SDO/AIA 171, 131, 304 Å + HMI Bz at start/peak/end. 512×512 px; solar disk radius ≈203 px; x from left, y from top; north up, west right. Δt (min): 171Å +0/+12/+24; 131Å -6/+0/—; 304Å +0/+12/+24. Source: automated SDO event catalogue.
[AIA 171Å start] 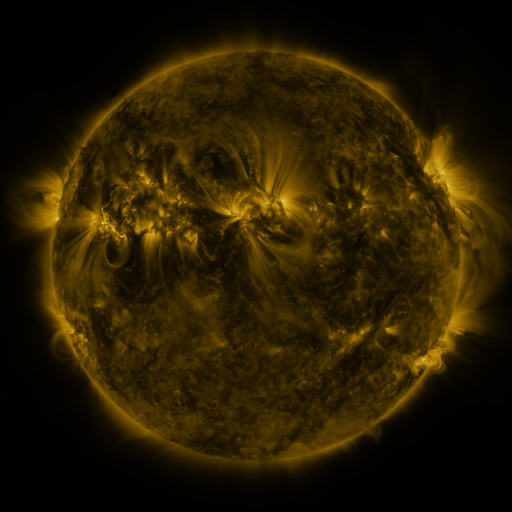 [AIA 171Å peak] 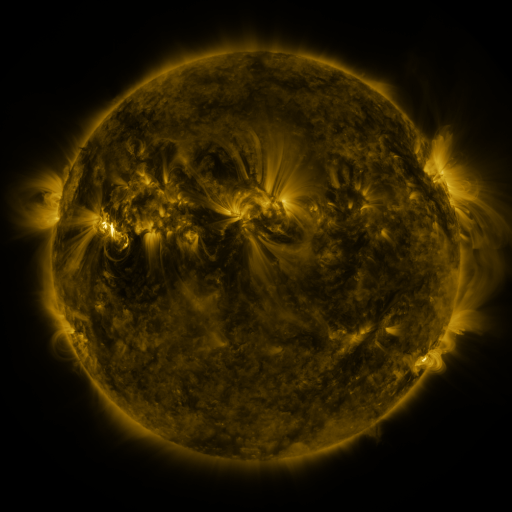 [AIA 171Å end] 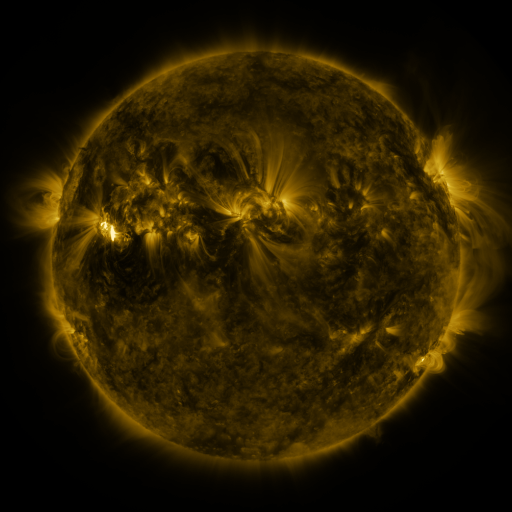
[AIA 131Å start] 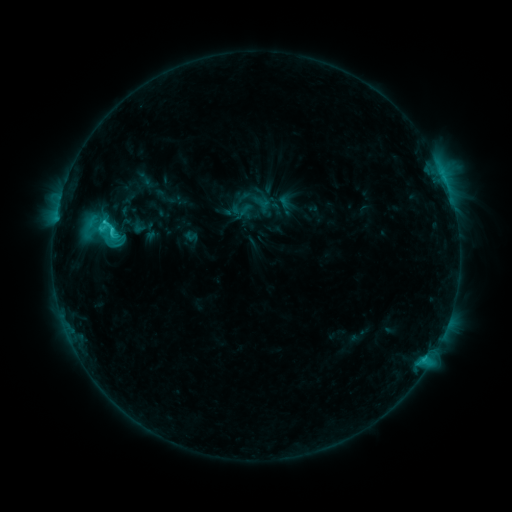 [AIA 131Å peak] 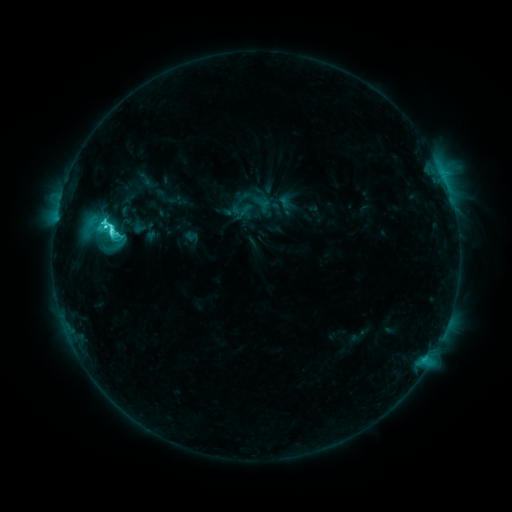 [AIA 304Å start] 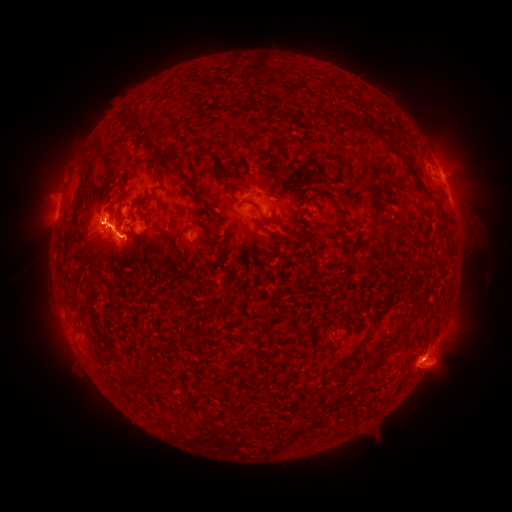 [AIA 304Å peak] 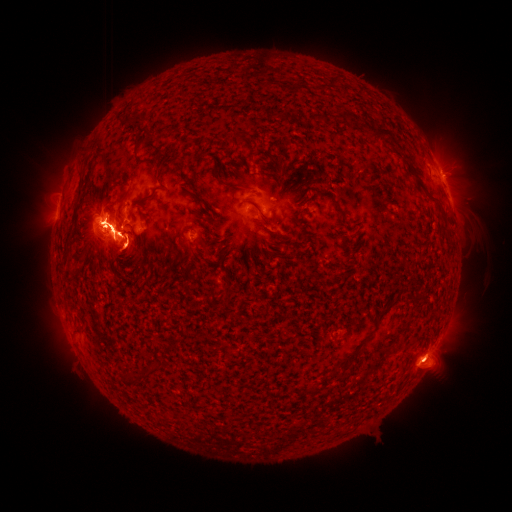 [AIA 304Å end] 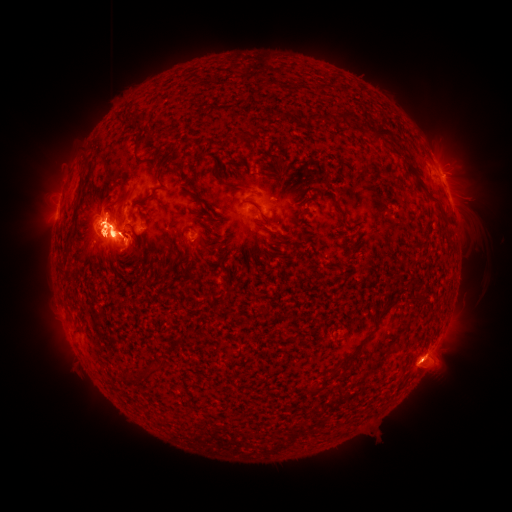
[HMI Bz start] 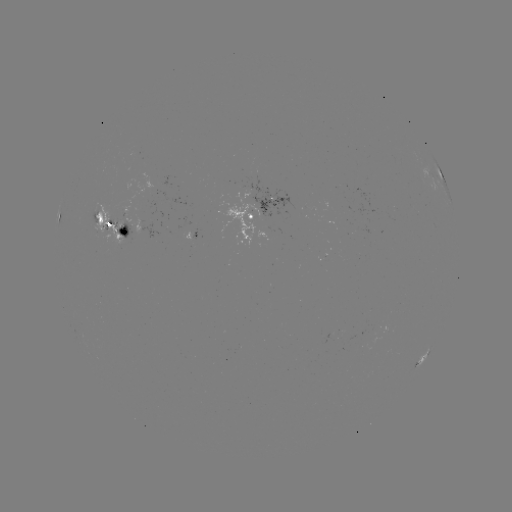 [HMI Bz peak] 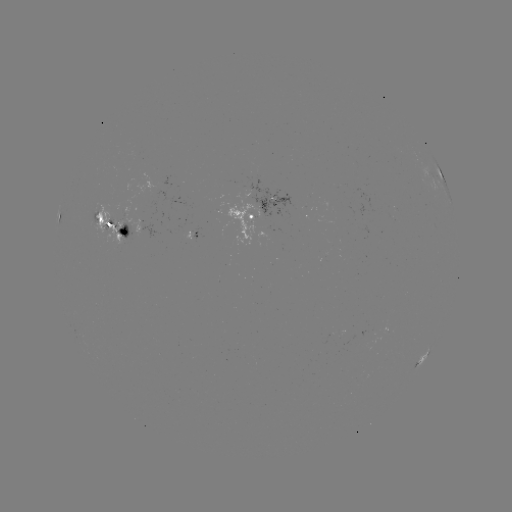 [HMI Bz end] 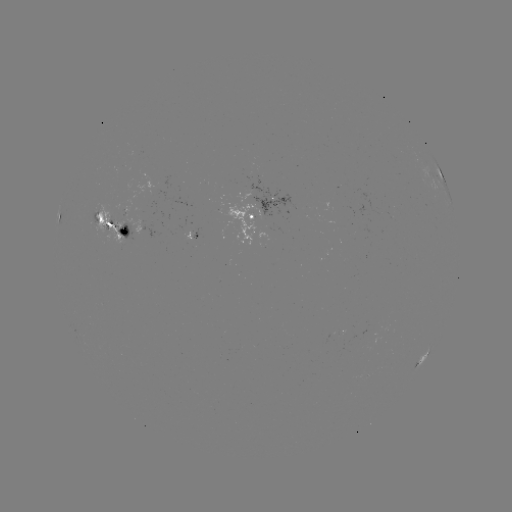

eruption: (17, 118, 193, 285)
